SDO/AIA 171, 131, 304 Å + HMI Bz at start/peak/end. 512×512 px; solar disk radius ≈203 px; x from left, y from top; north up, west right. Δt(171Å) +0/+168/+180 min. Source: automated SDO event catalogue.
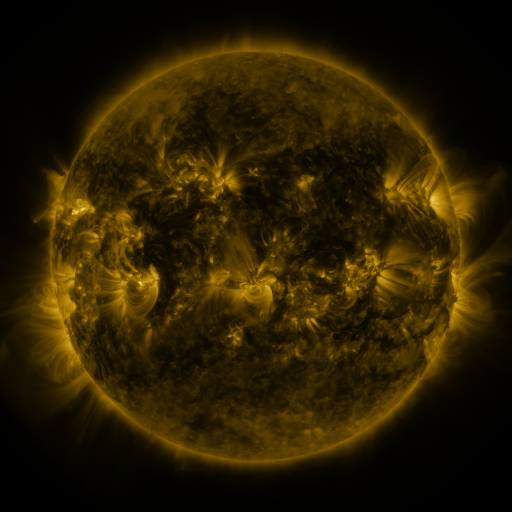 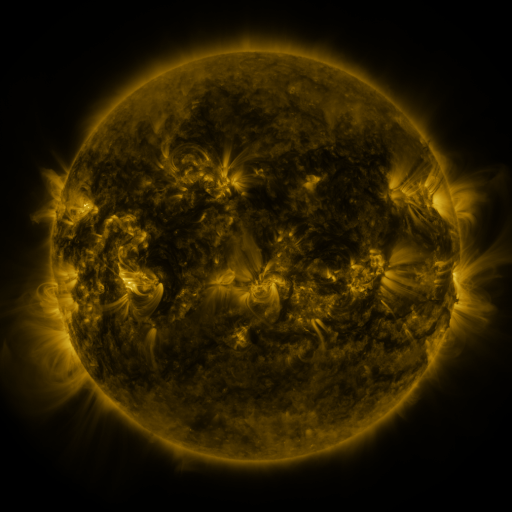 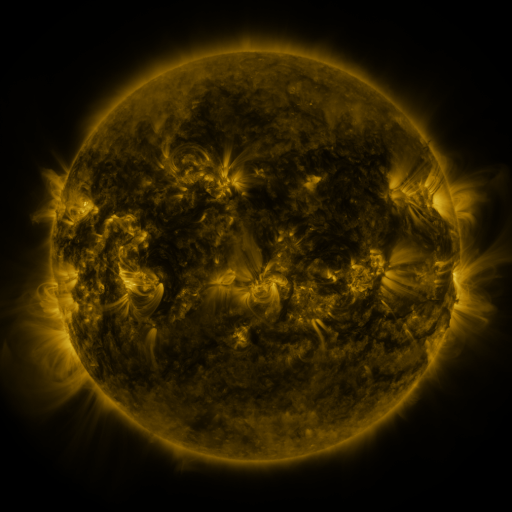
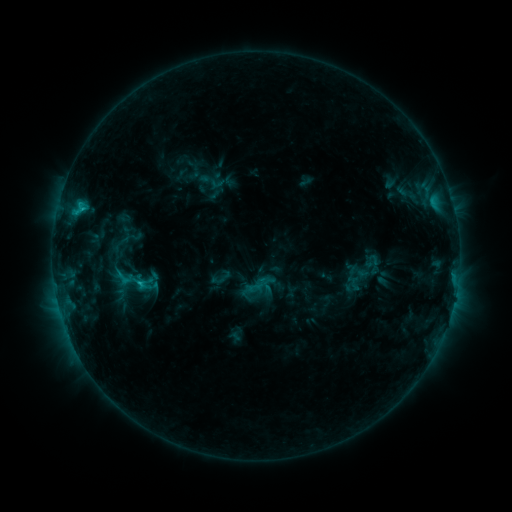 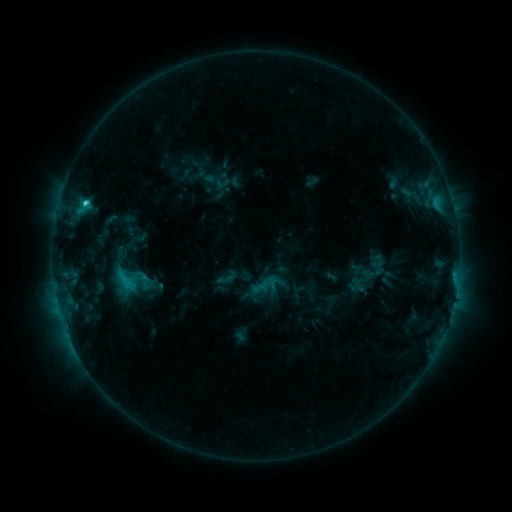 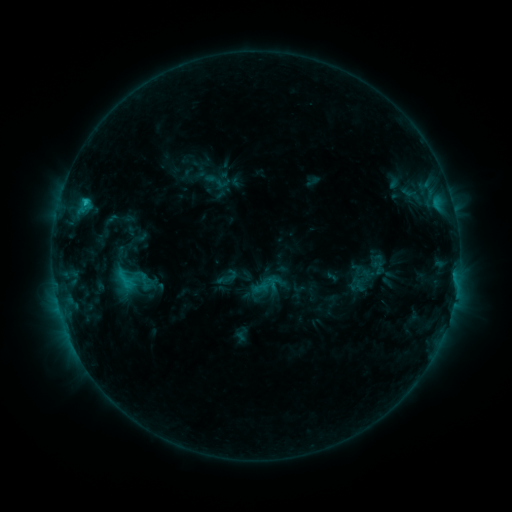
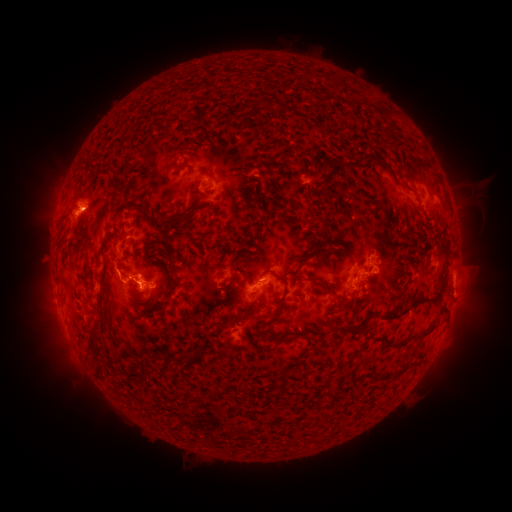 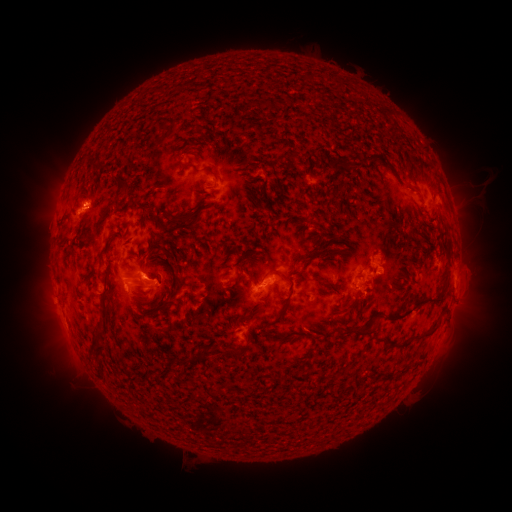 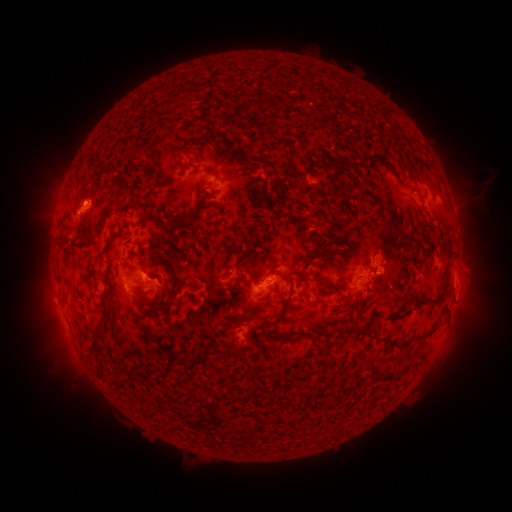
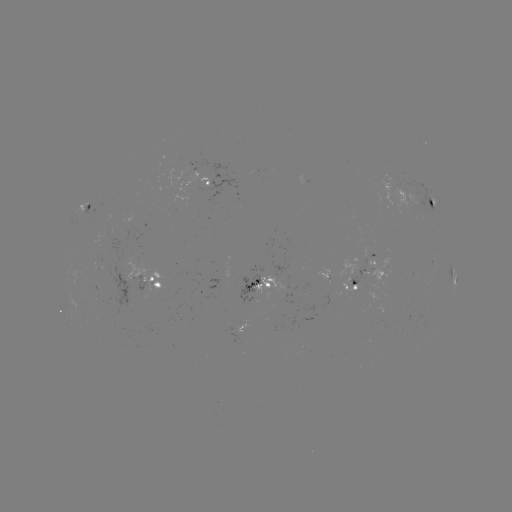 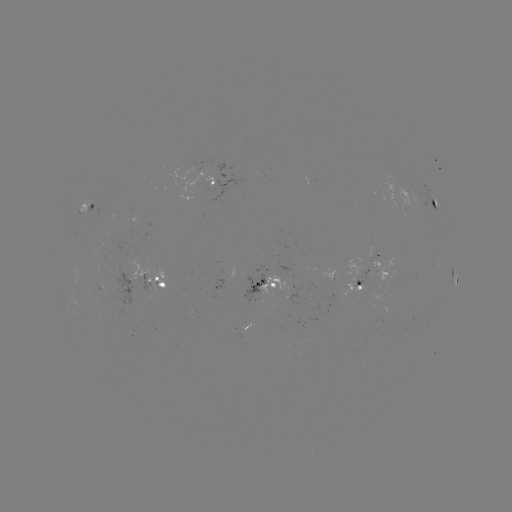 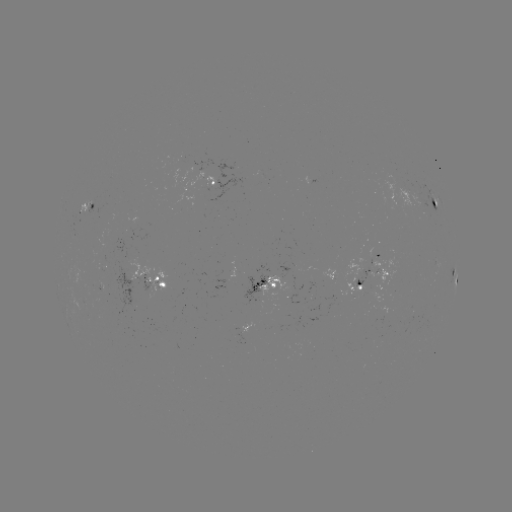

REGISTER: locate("emerging-flux region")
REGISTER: (92, 201)